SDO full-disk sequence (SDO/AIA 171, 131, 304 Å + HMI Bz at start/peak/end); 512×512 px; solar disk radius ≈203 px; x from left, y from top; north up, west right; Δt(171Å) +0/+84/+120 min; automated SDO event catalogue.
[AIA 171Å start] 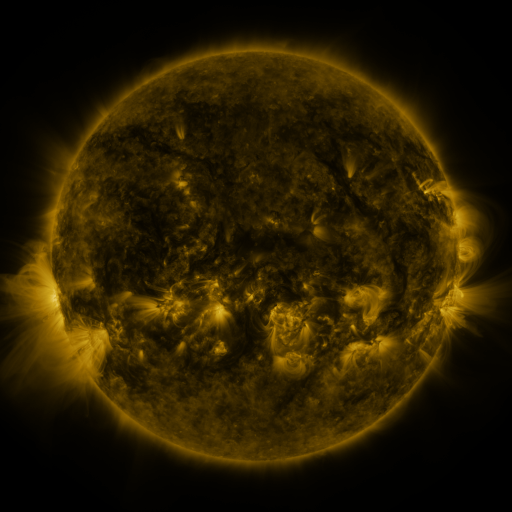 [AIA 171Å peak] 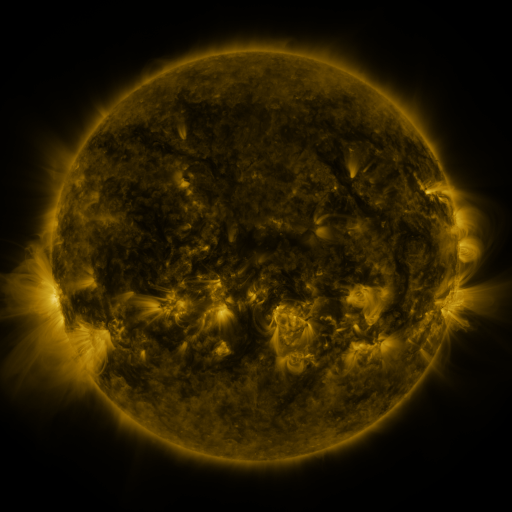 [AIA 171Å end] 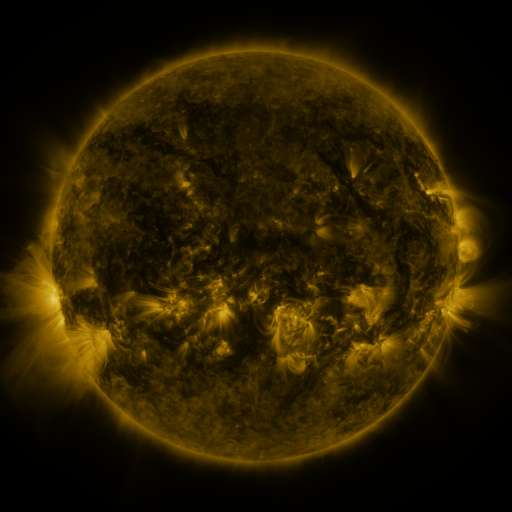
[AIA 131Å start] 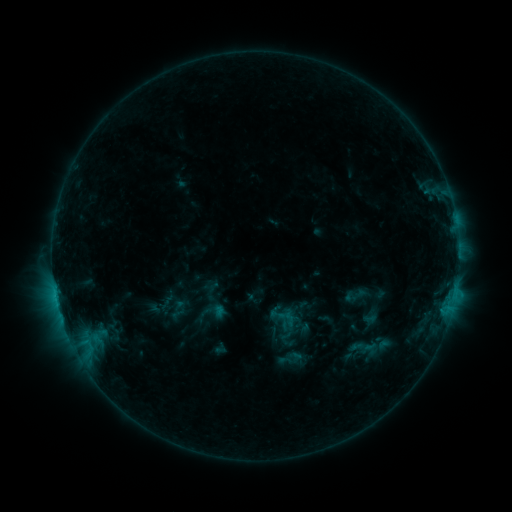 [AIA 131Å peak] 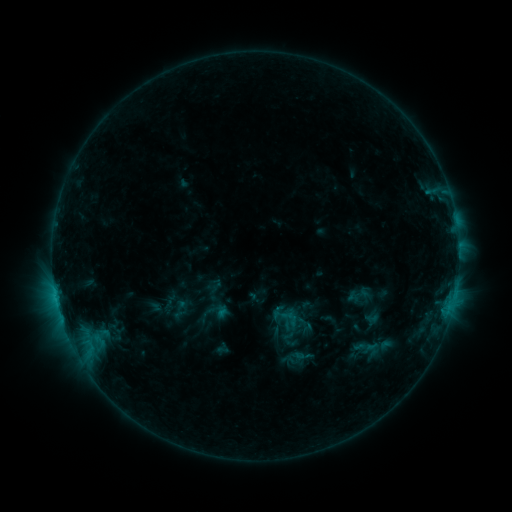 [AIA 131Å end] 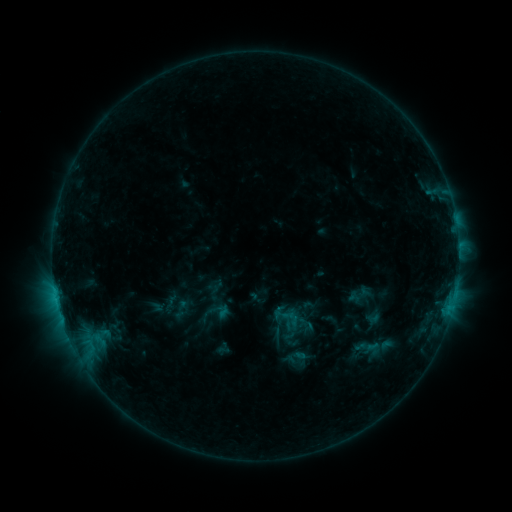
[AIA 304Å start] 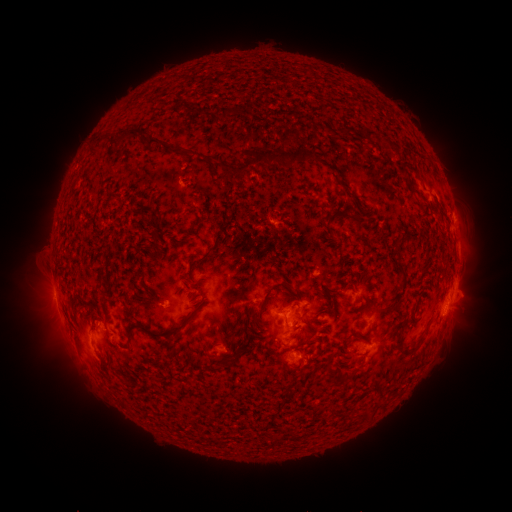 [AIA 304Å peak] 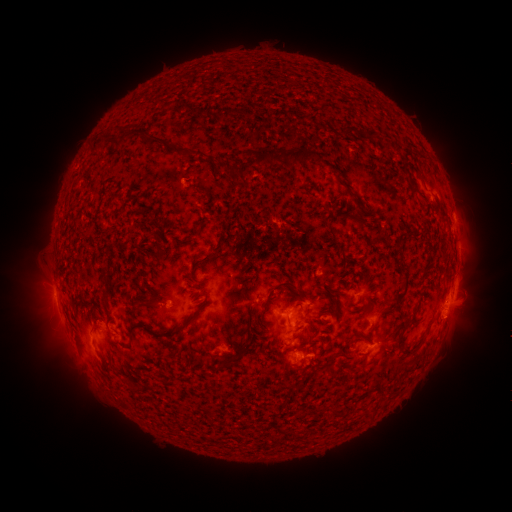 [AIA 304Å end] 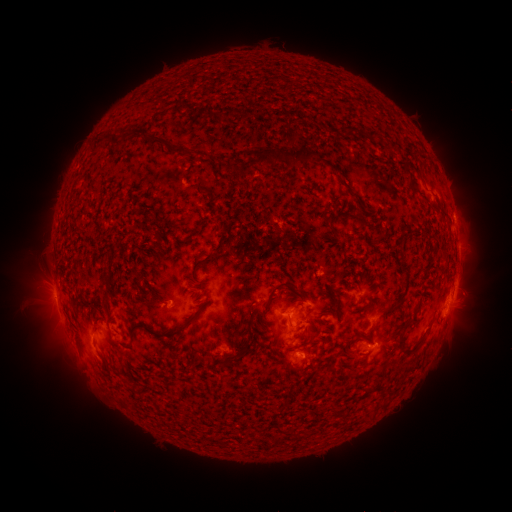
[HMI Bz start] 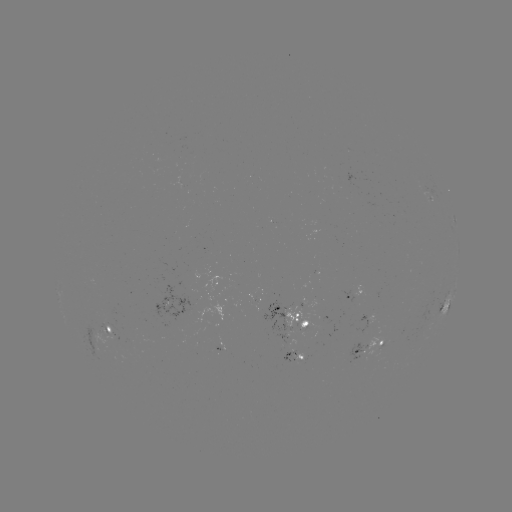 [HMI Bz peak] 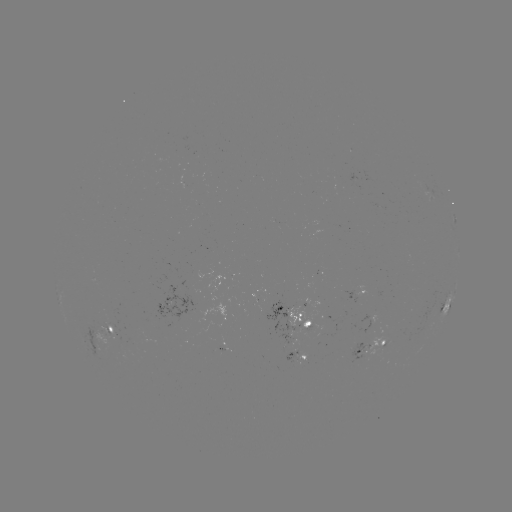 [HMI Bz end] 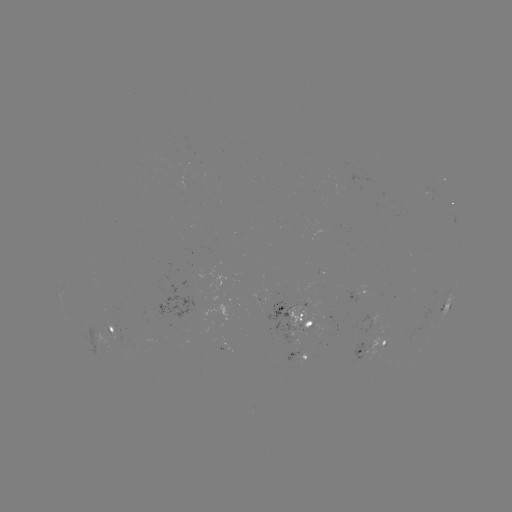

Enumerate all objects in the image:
emerging-flux region: (114, 328)
